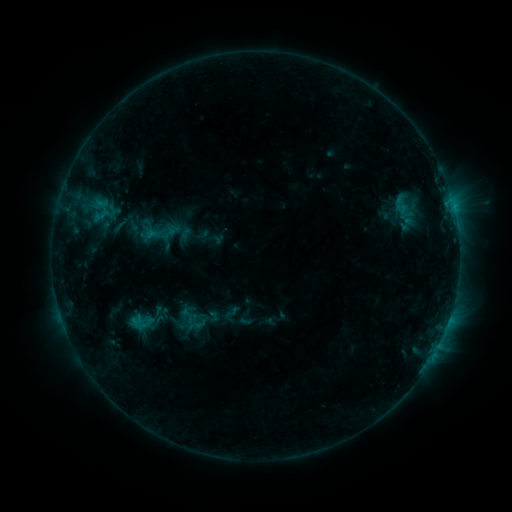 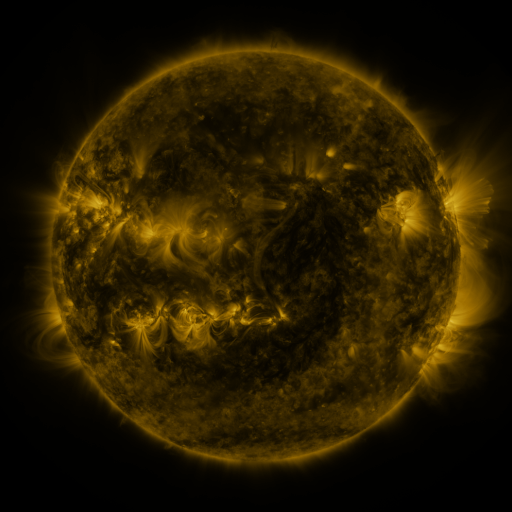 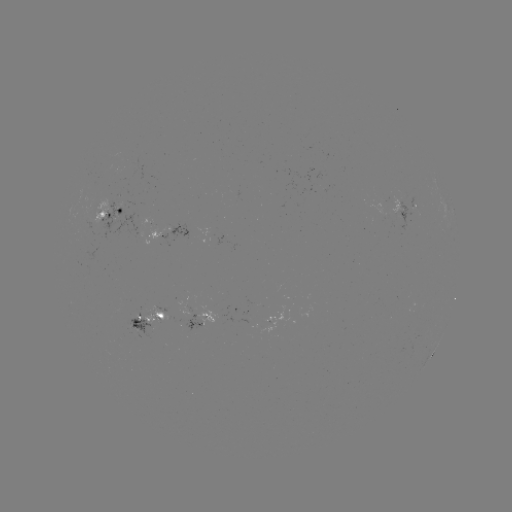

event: sigmoid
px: (100, 210)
